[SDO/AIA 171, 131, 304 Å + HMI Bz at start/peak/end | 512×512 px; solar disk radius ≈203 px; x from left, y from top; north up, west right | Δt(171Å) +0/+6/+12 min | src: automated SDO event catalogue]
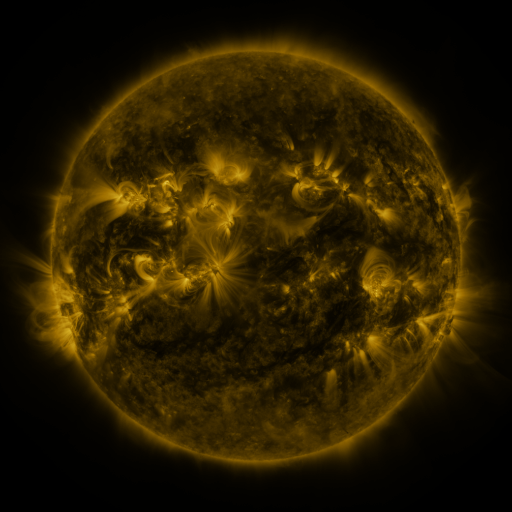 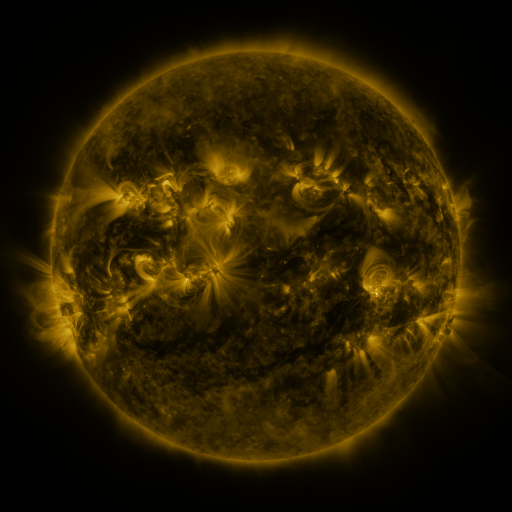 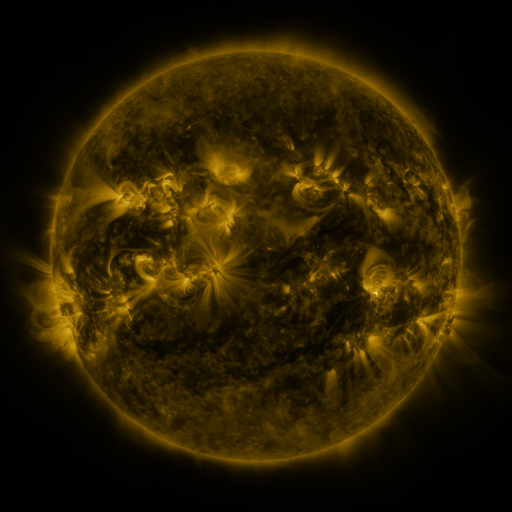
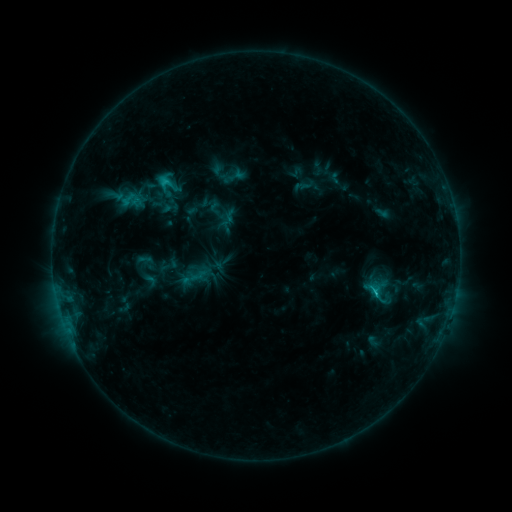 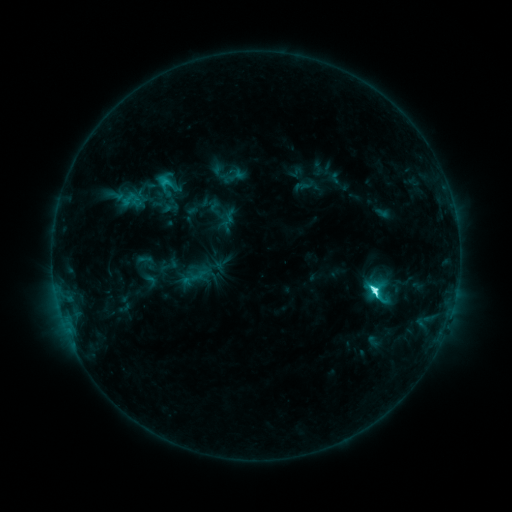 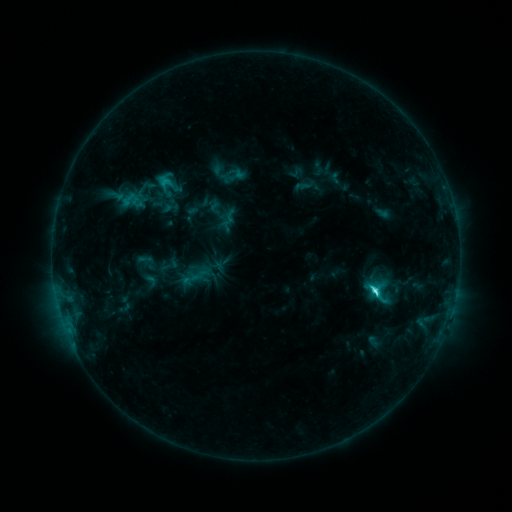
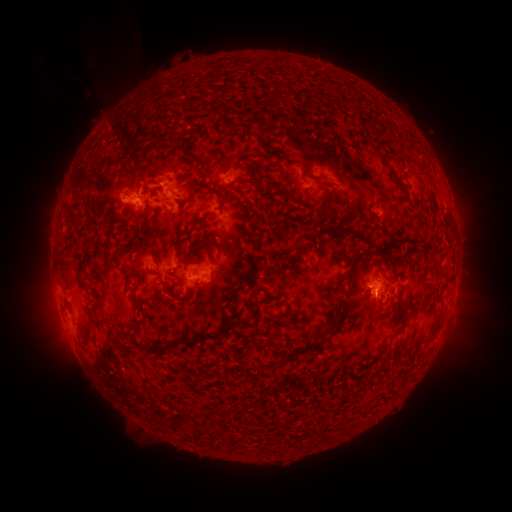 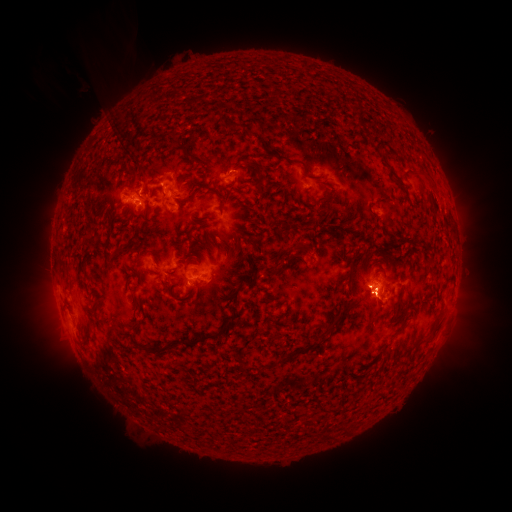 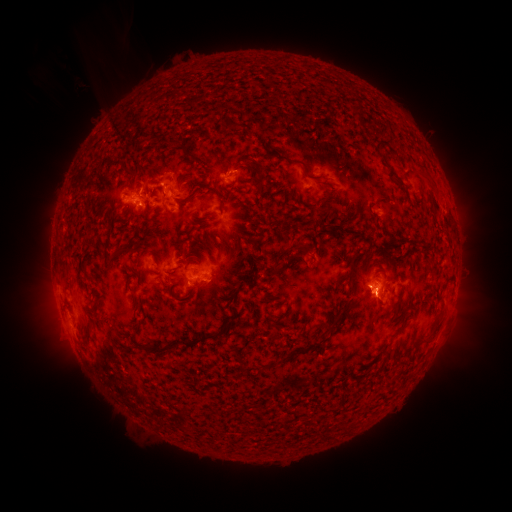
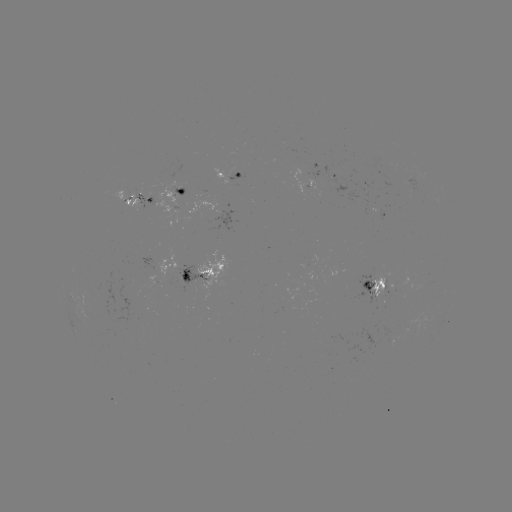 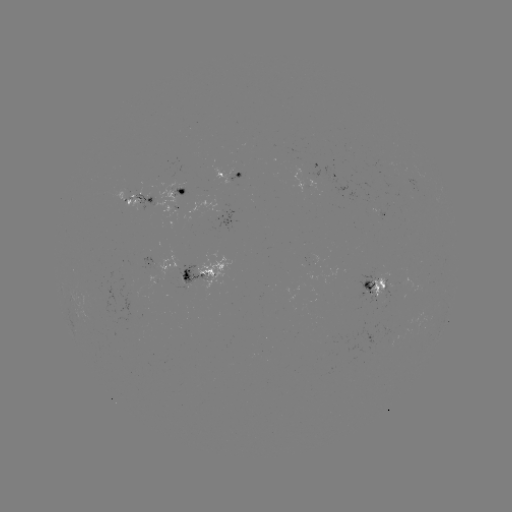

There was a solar flare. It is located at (374, 291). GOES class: C6.2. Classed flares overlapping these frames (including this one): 1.